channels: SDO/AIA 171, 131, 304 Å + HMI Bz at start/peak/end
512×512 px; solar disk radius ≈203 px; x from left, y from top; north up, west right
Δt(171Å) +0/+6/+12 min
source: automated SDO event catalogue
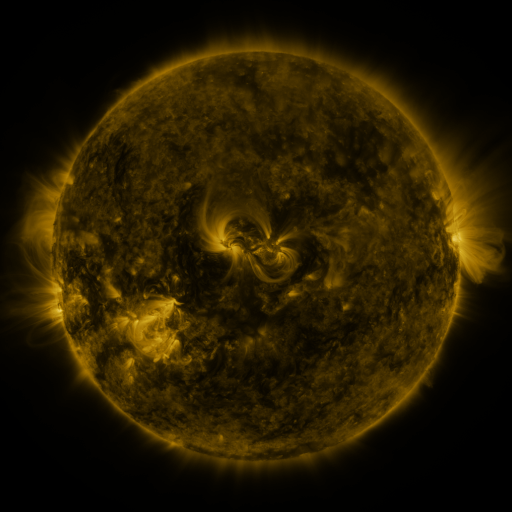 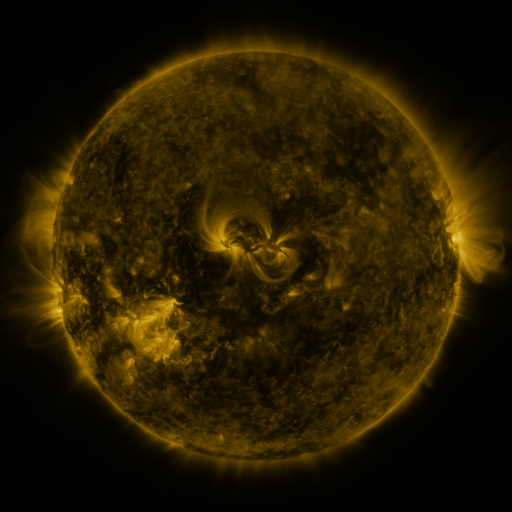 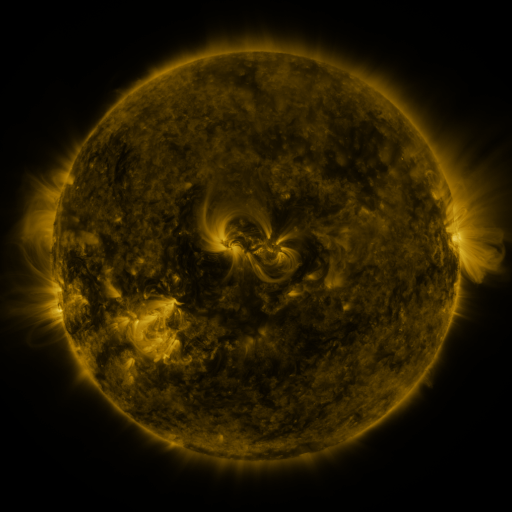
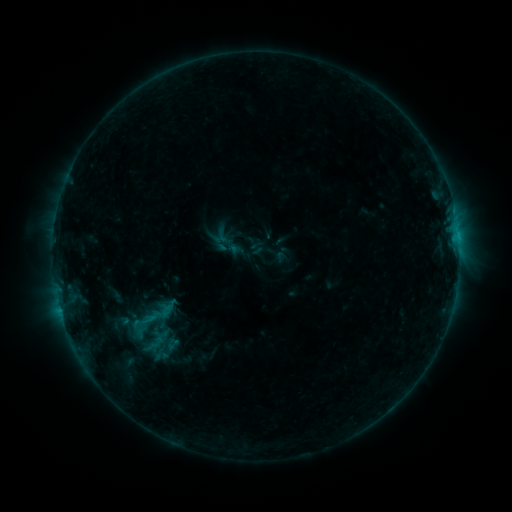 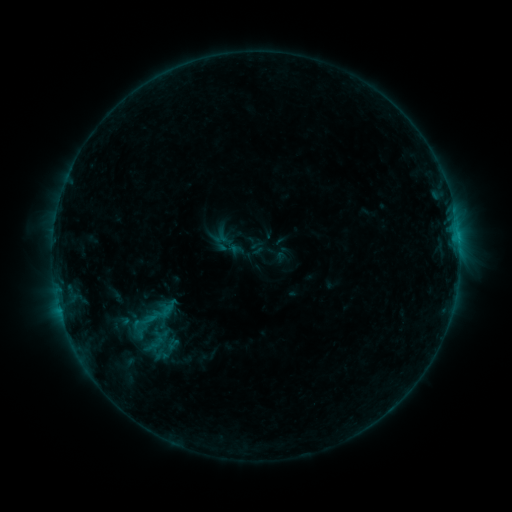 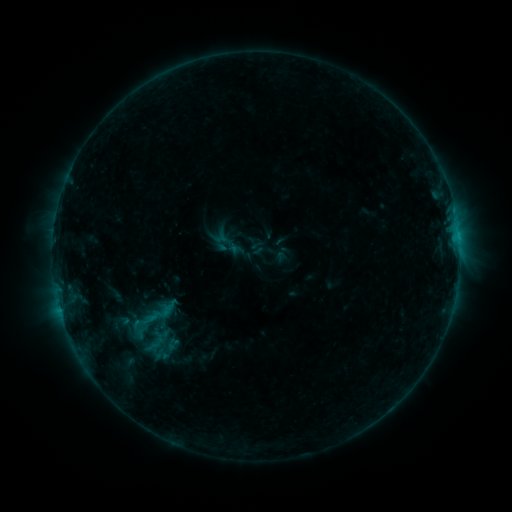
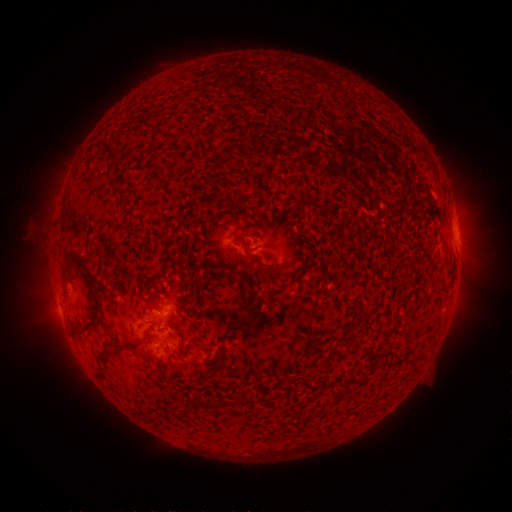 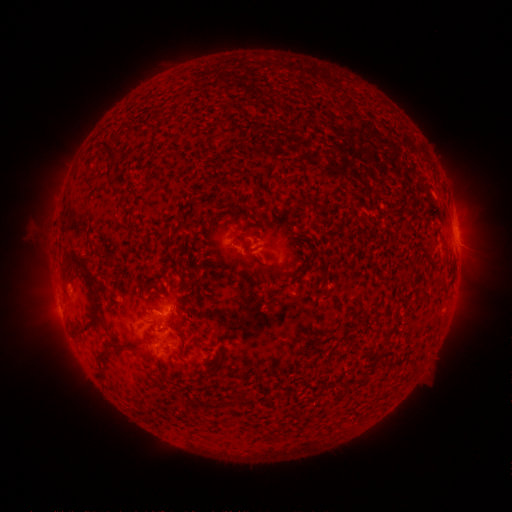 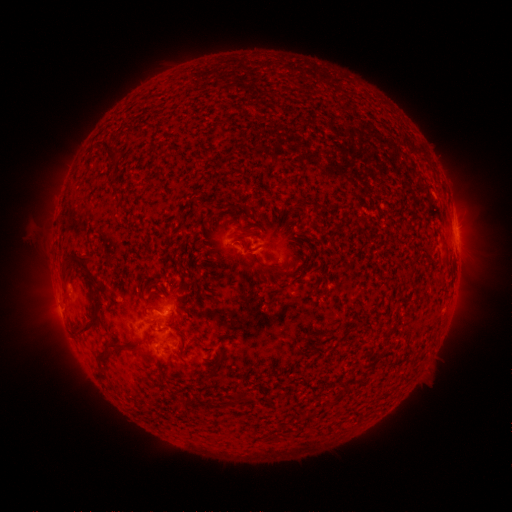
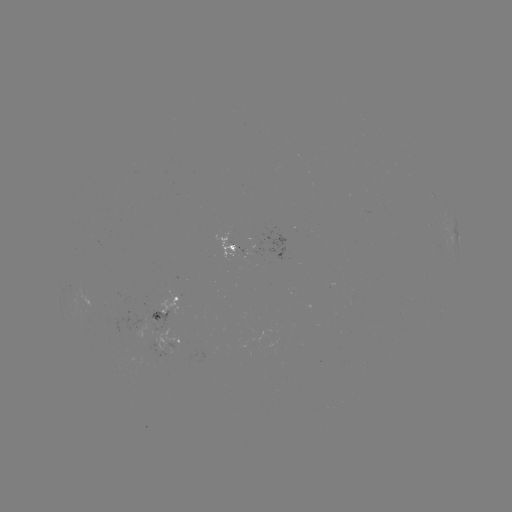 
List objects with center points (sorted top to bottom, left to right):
eruption: (469, 247)
